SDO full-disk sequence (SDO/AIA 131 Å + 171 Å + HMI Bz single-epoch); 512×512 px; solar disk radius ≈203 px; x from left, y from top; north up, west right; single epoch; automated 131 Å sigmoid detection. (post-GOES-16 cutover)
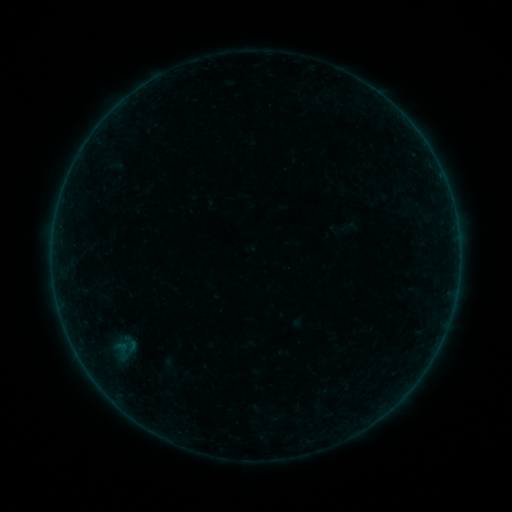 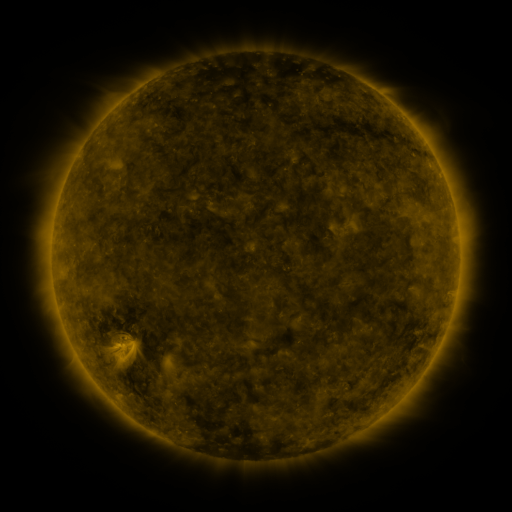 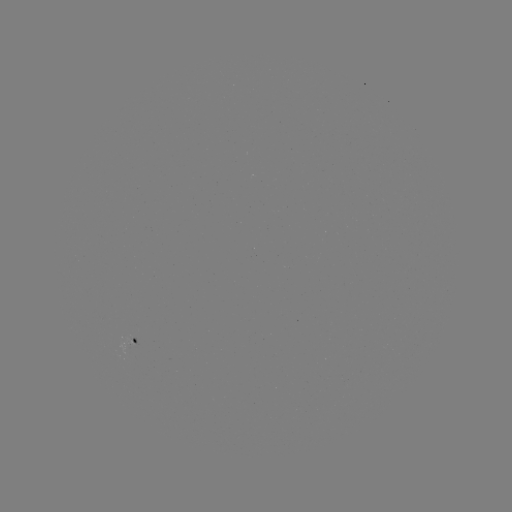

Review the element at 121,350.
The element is sigmoid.